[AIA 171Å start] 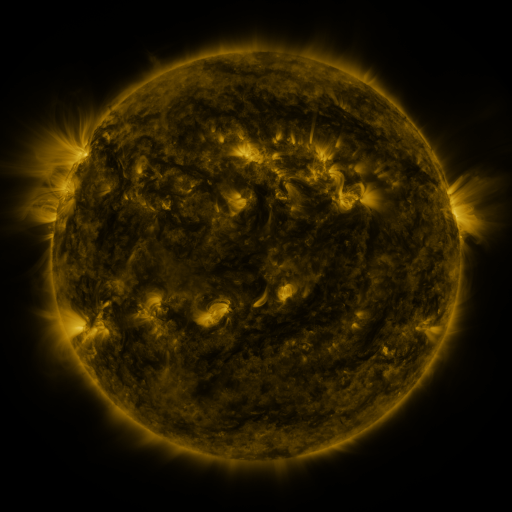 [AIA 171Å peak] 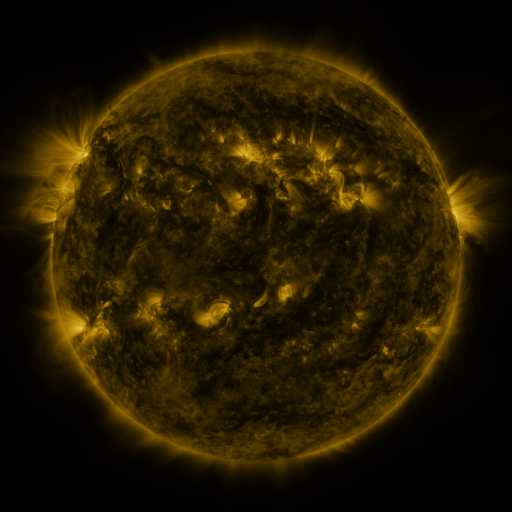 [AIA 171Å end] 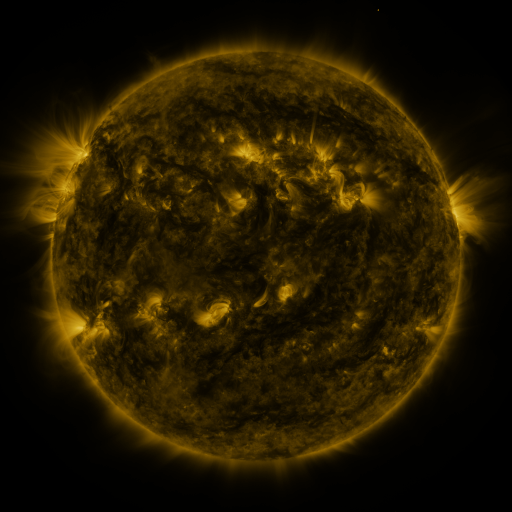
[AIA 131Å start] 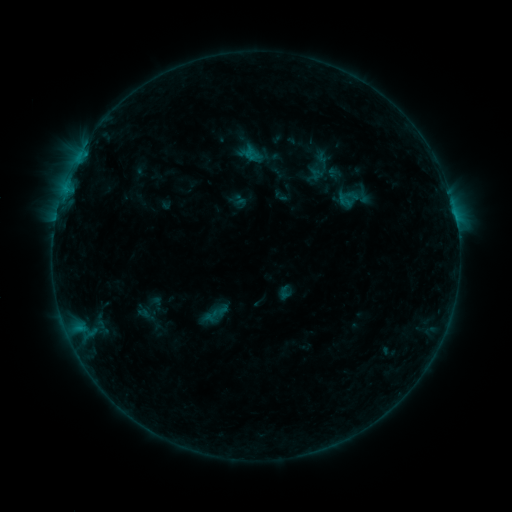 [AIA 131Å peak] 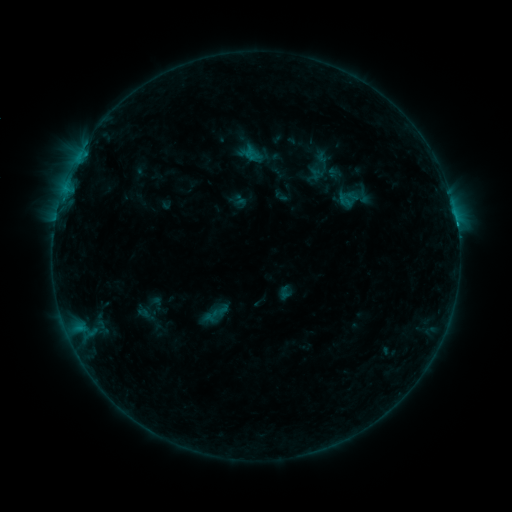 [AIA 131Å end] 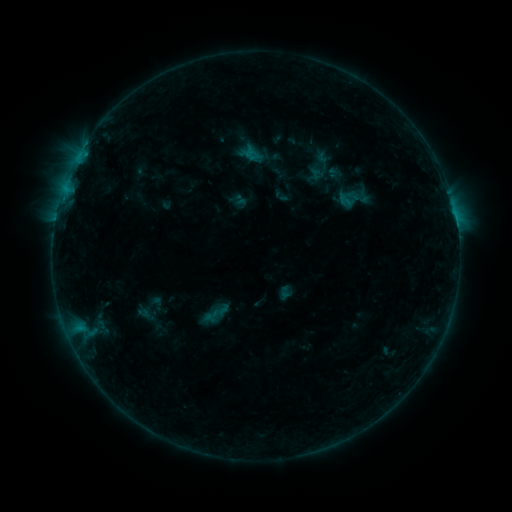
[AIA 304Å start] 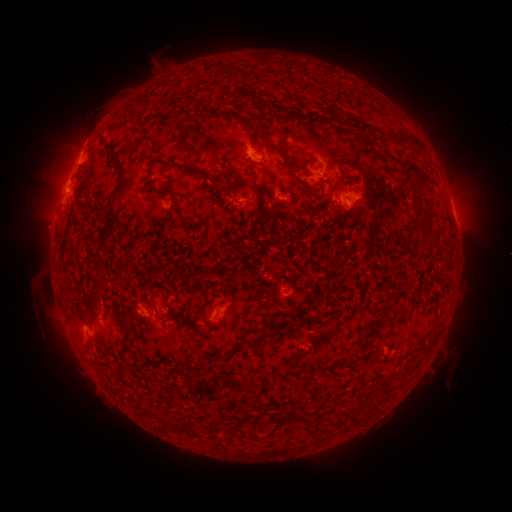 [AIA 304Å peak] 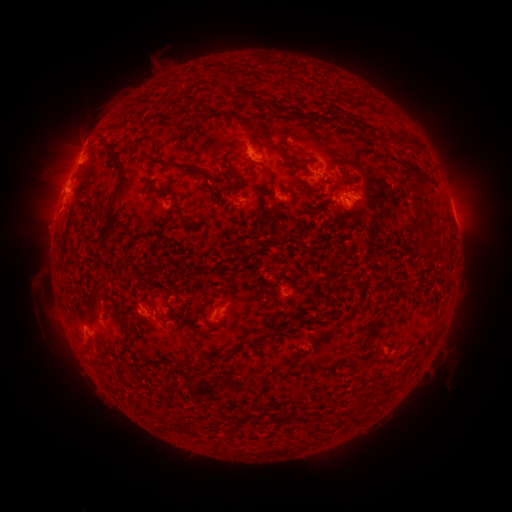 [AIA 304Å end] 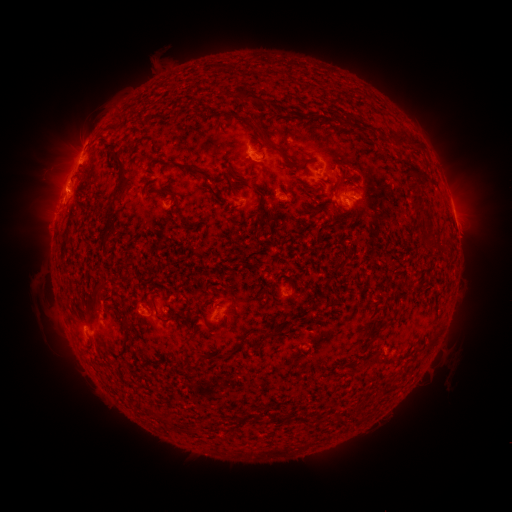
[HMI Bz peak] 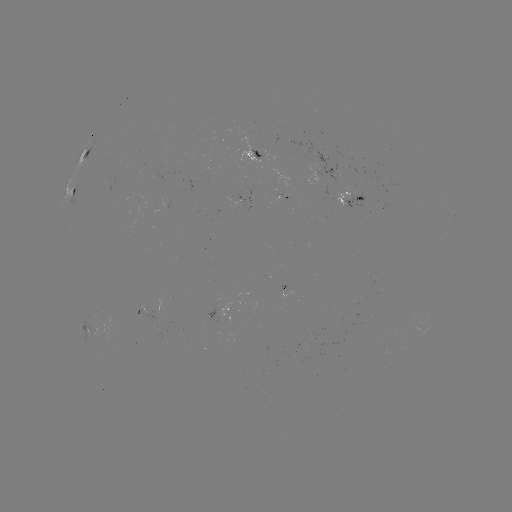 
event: flare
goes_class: C1.0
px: (456, 226)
